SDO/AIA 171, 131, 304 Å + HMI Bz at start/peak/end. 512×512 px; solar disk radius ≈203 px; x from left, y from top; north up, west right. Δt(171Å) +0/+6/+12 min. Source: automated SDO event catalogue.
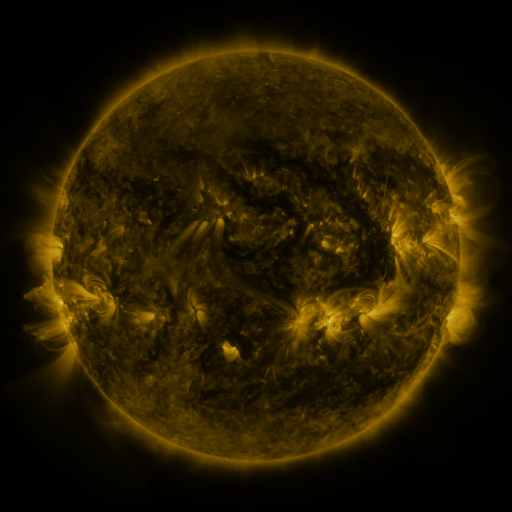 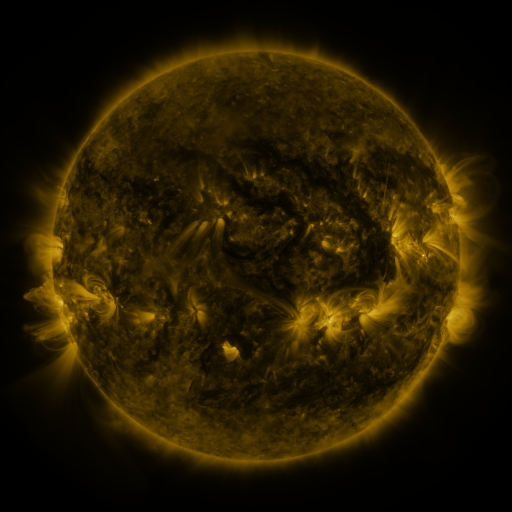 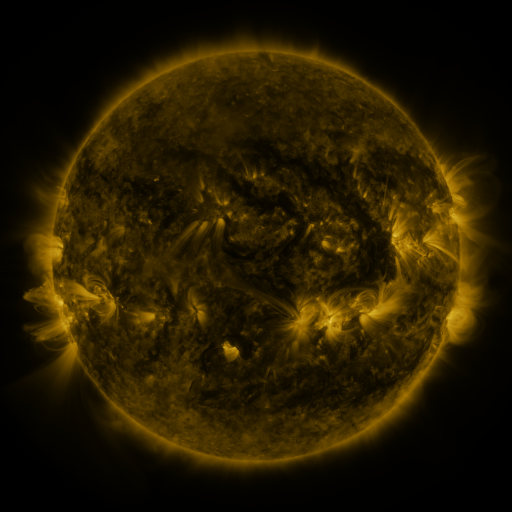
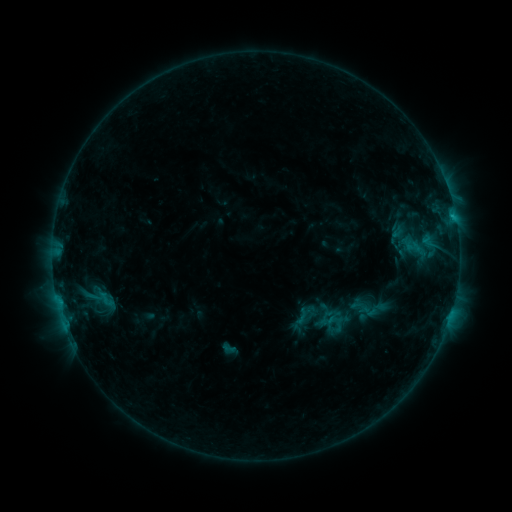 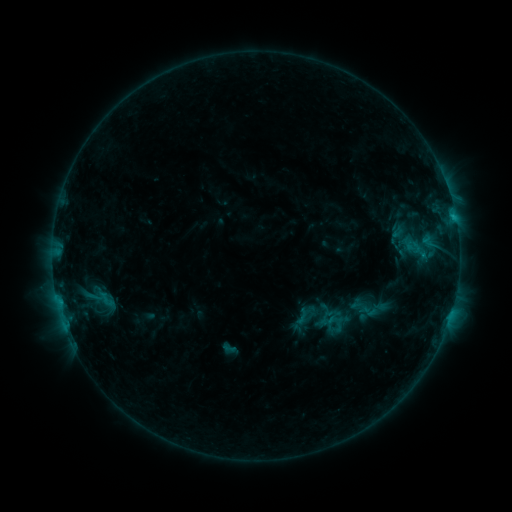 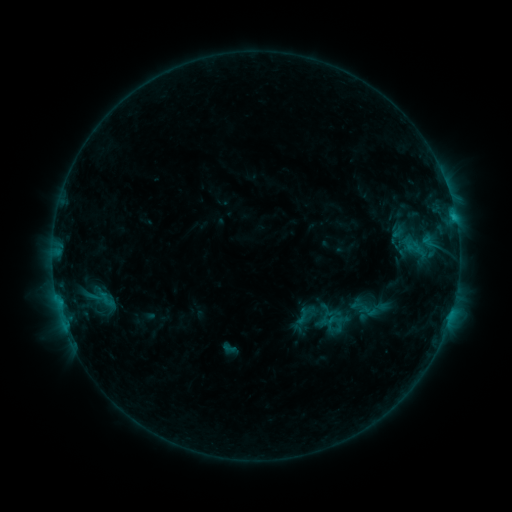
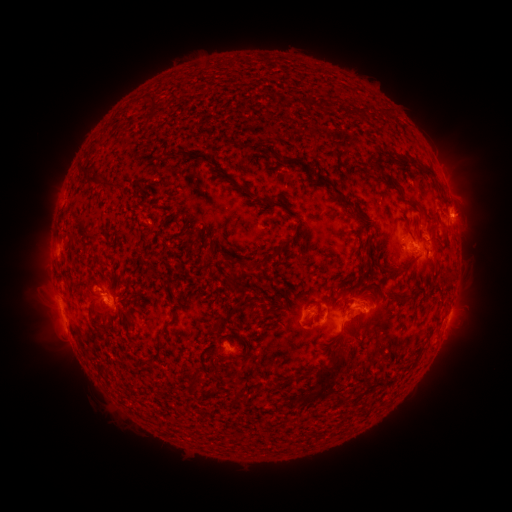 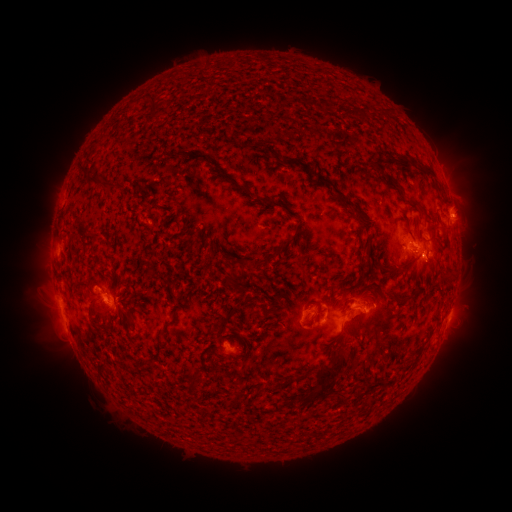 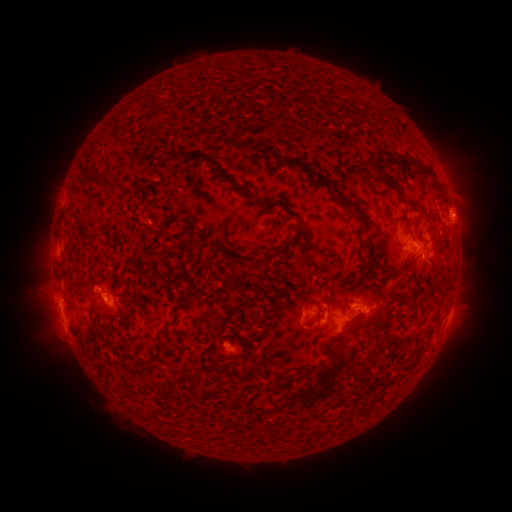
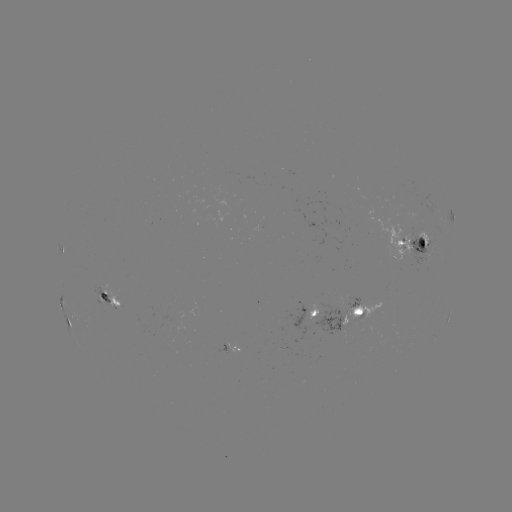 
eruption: (410, 246, 452, 291)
